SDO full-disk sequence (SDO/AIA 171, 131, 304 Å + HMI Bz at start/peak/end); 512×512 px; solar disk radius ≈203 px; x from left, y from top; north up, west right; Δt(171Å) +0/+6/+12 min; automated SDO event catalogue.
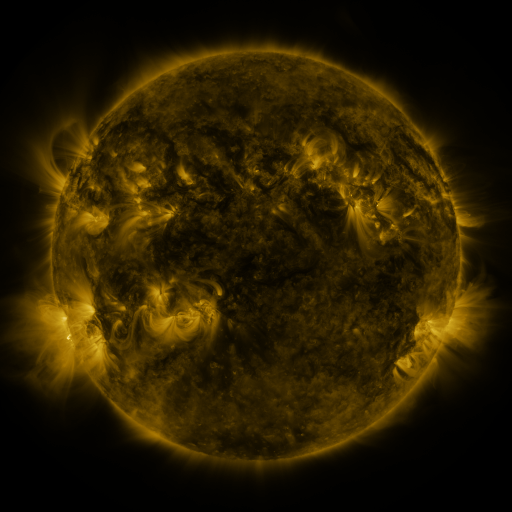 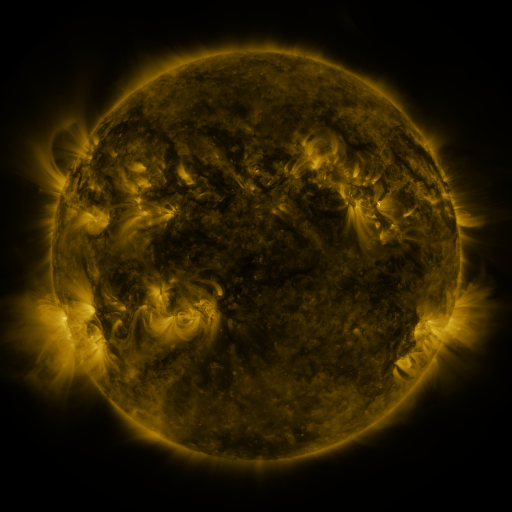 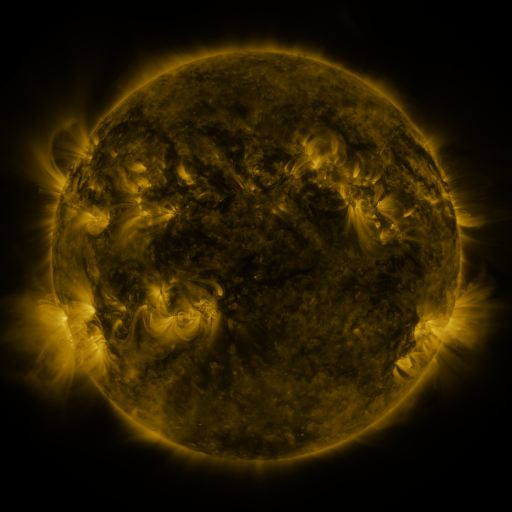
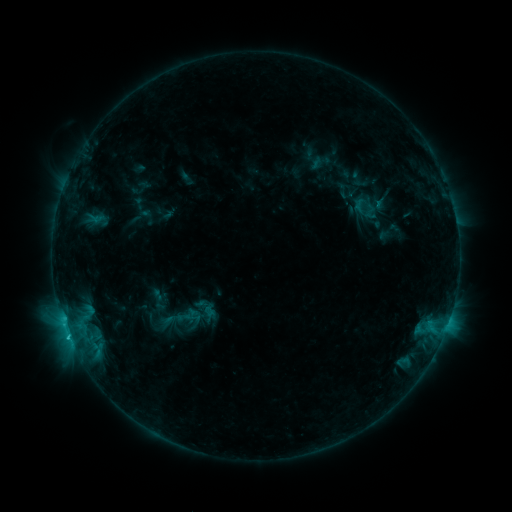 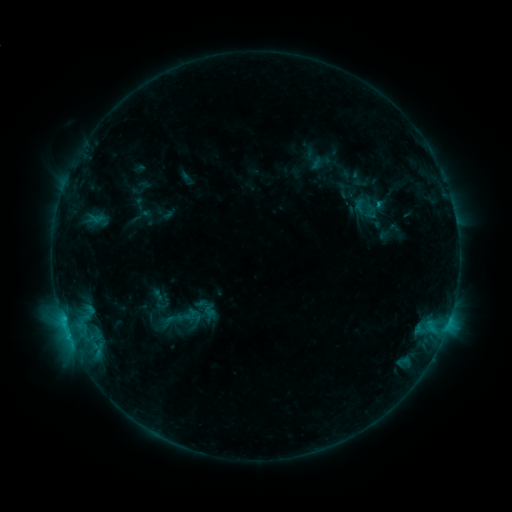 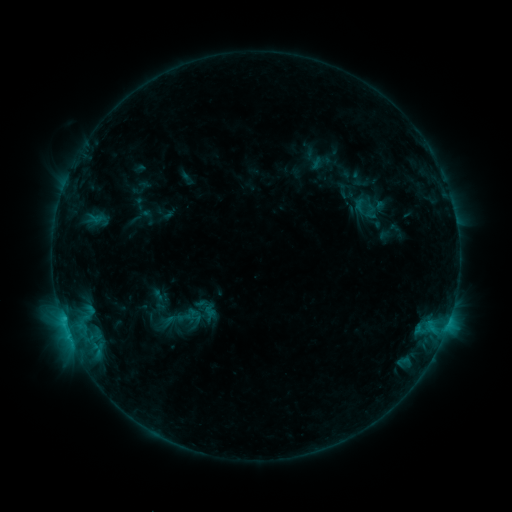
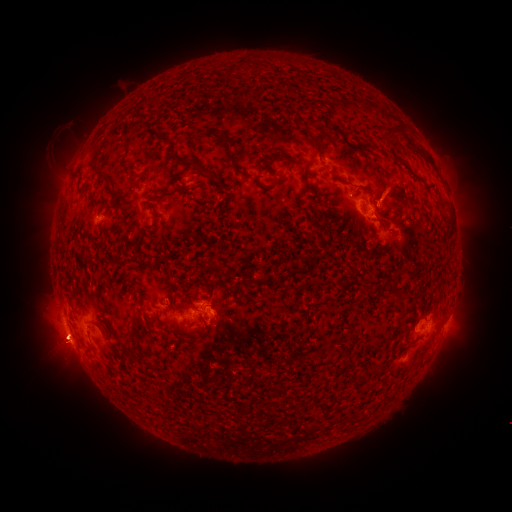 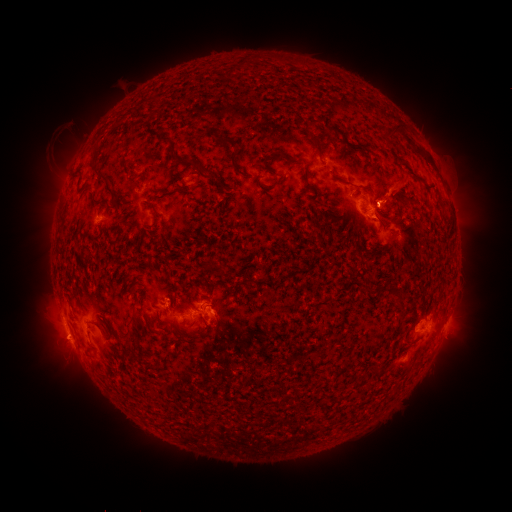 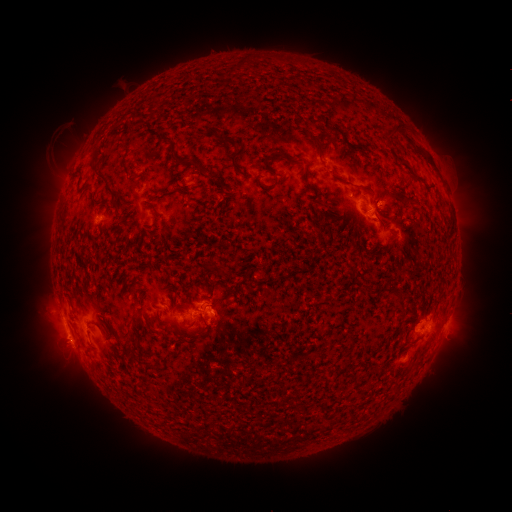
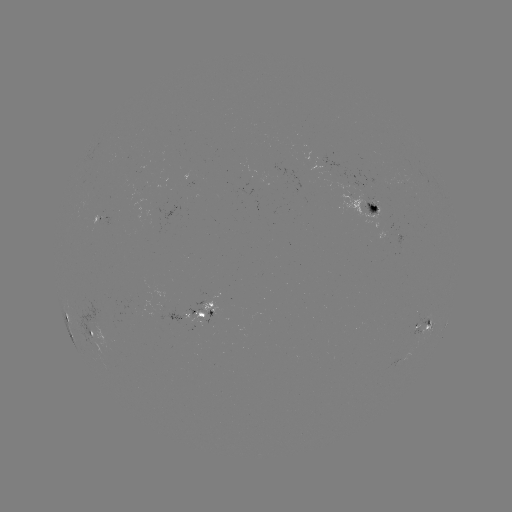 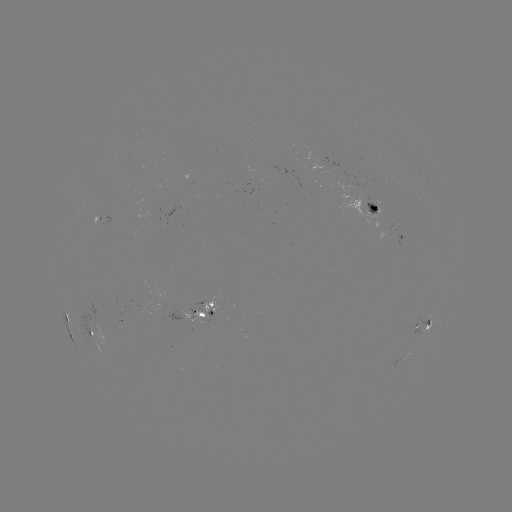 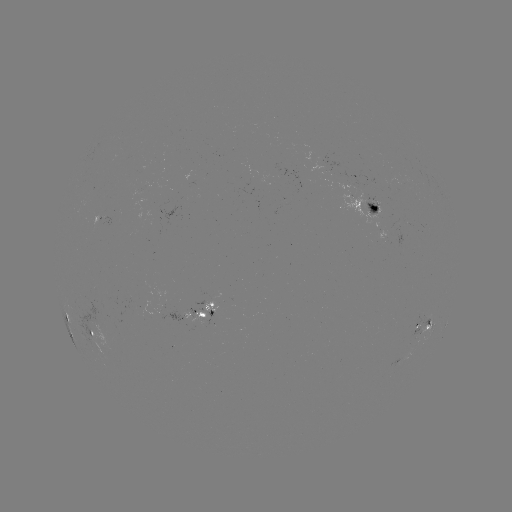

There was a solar eruption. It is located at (396, 191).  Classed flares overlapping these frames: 1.